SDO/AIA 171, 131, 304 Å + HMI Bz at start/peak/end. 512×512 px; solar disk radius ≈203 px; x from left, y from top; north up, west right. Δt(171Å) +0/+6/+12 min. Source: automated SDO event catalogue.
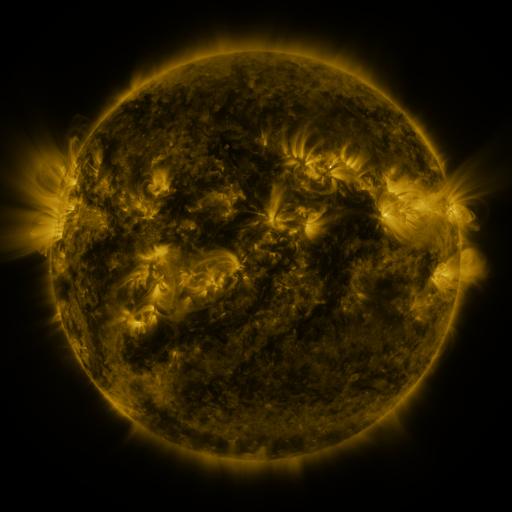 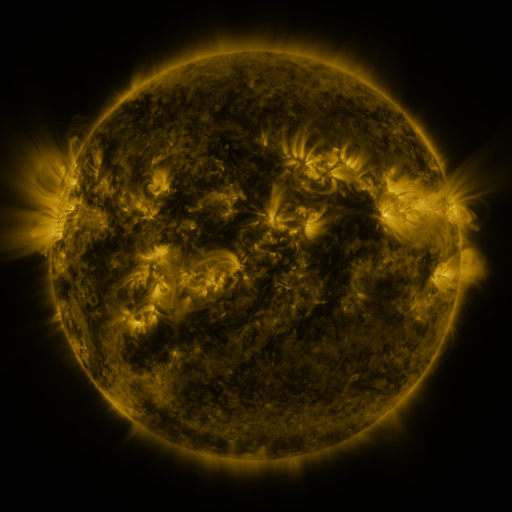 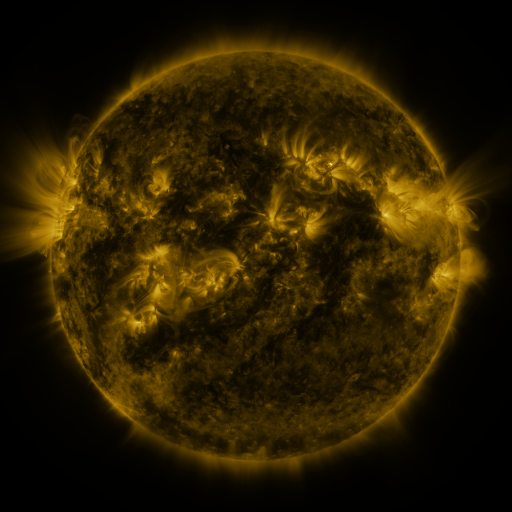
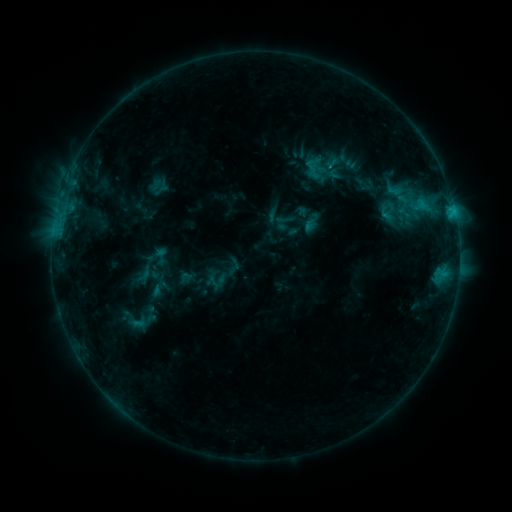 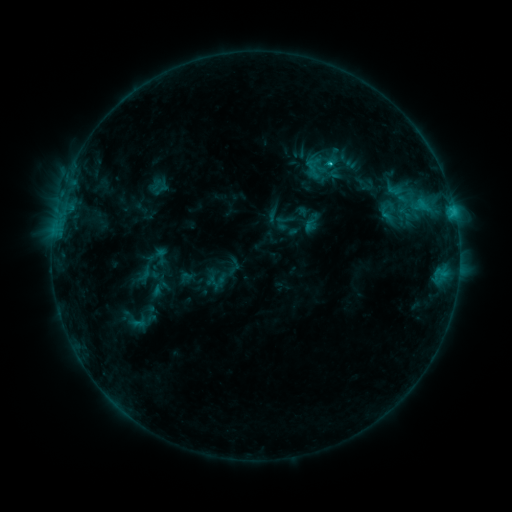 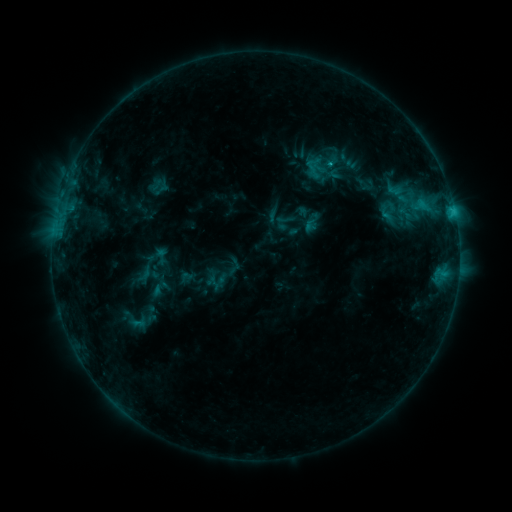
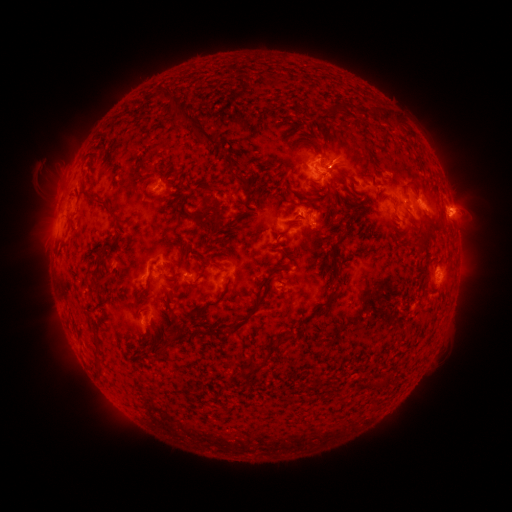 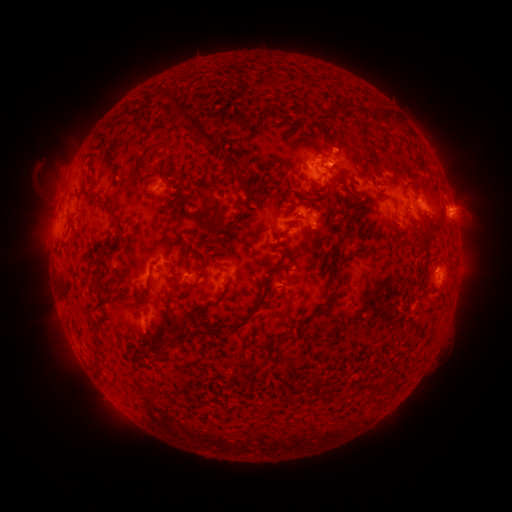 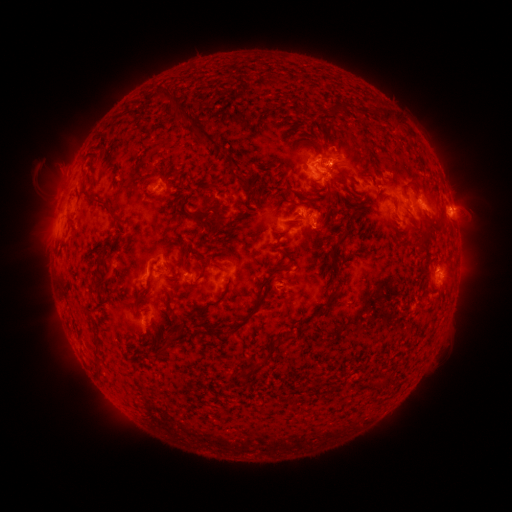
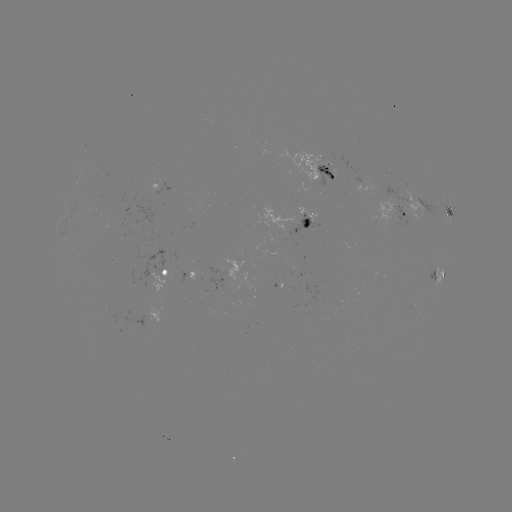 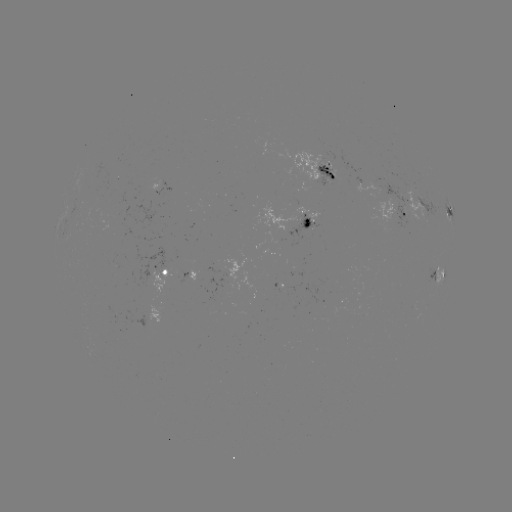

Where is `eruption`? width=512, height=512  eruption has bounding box [308, 115, 373, 178].